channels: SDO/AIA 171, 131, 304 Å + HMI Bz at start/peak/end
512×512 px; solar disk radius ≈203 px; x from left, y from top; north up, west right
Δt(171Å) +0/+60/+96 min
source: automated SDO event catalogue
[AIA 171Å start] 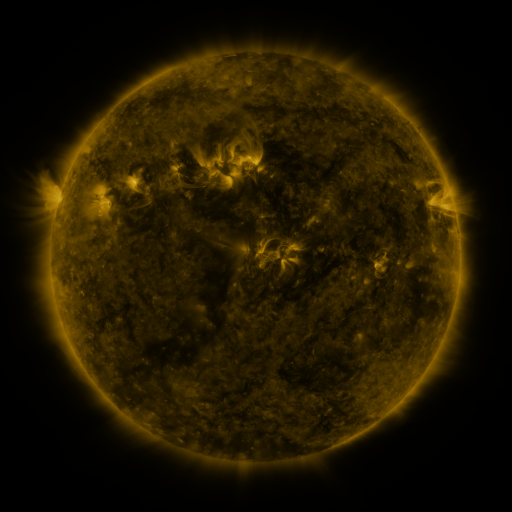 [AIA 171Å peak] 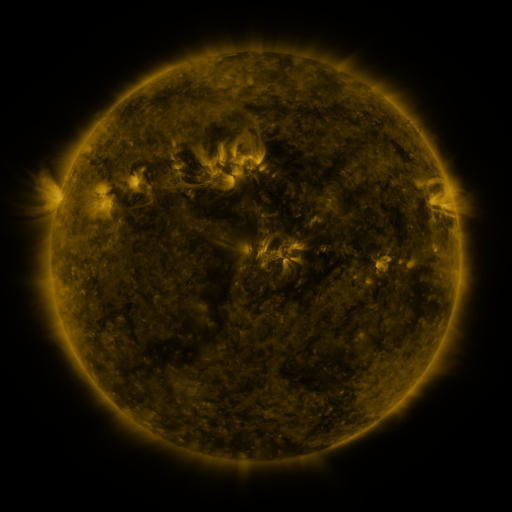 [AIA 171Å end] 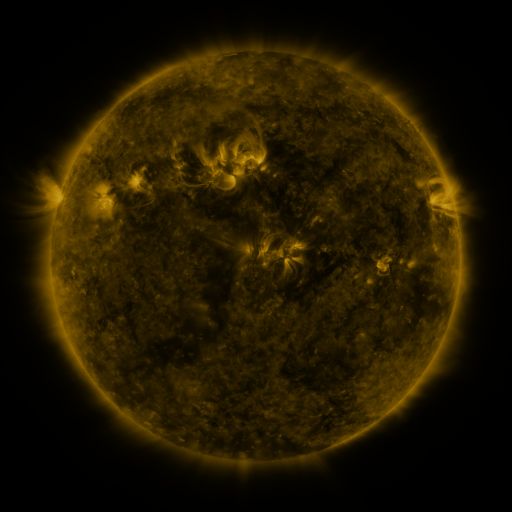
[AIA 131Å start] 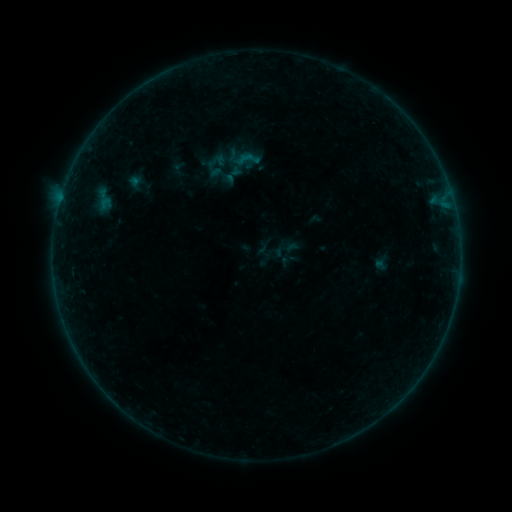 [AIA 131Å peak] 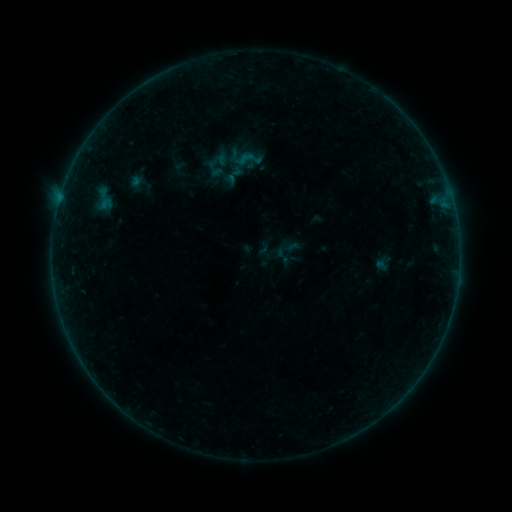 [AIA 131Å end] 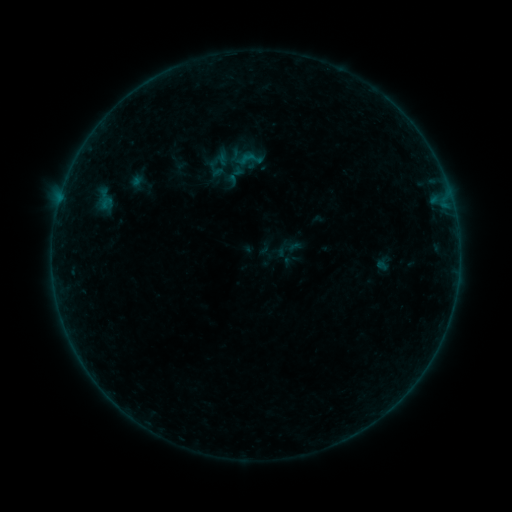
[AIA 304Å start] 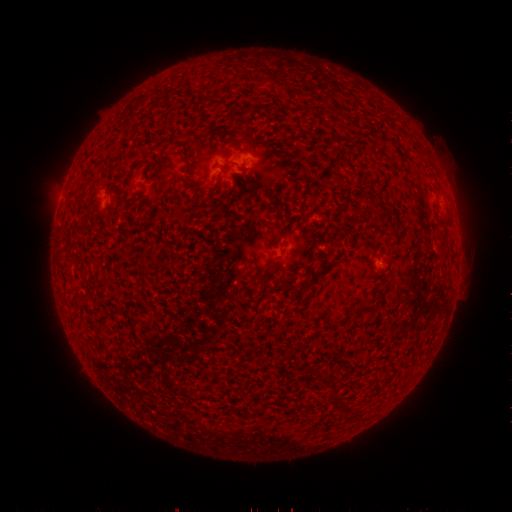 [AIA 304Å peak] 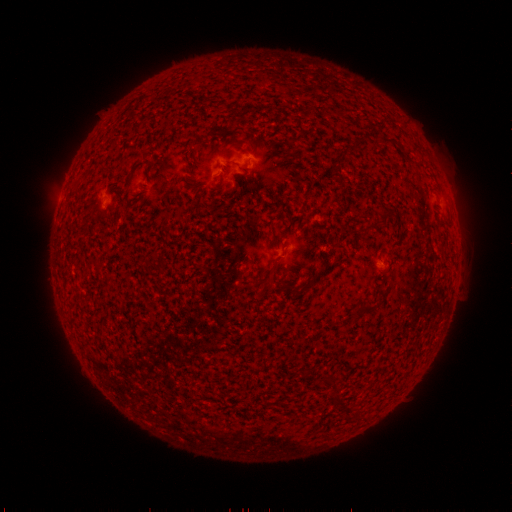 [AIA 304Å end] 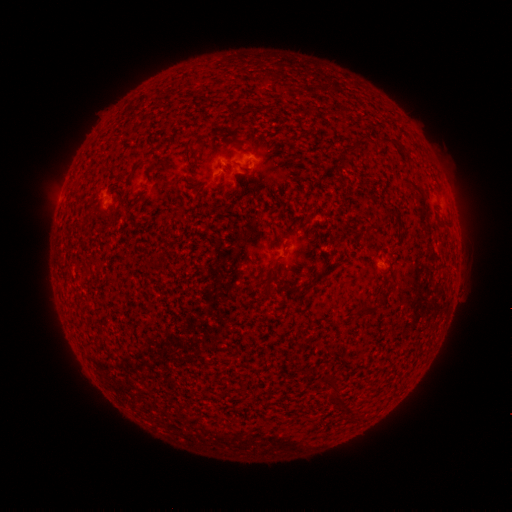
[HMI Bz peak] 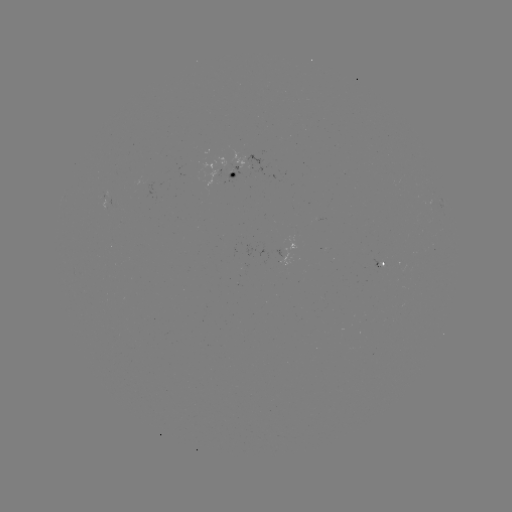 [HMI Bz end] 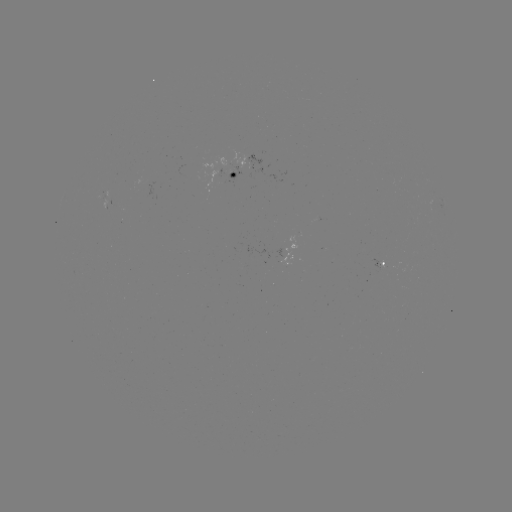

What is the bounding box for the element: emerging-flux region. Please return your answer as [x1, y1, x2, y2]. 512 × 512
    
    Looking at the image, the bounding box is [229, 150, 245, 168].